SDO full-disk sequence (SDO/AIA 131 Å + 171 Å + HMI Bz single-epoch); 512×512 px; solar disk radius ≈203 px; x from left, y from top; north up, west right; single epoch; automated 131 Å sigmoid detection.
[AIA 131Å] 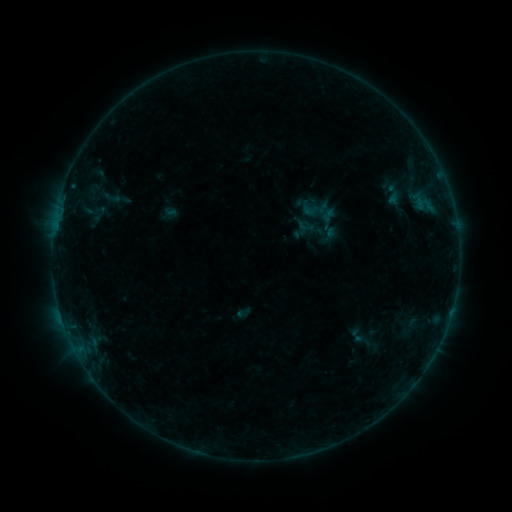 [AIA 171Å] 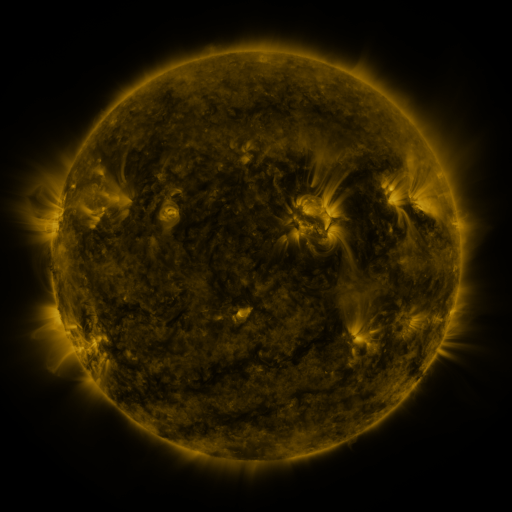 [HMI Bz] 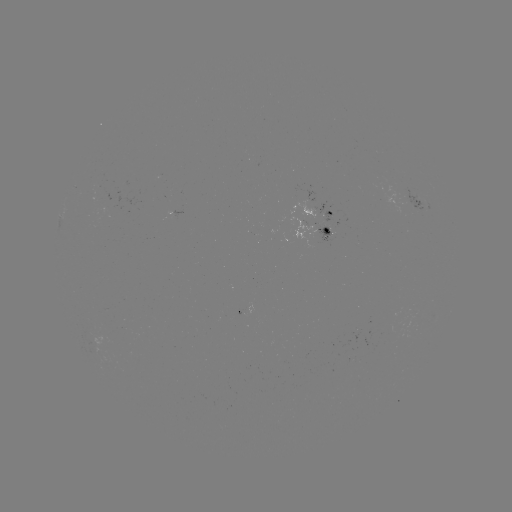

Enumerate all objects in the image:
sigmoid: (375, 182, 411, 207)
sigmoid: (354, 332, 372, 350)
